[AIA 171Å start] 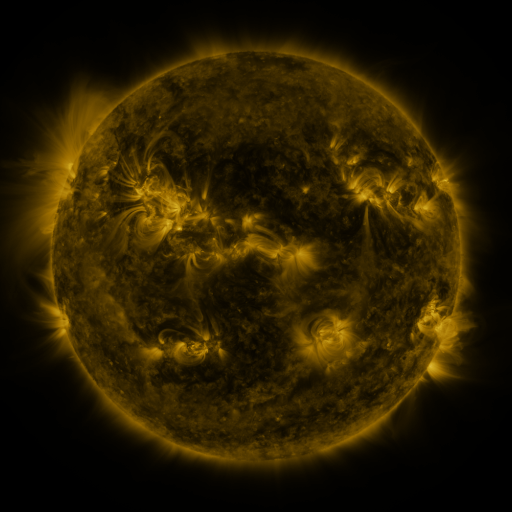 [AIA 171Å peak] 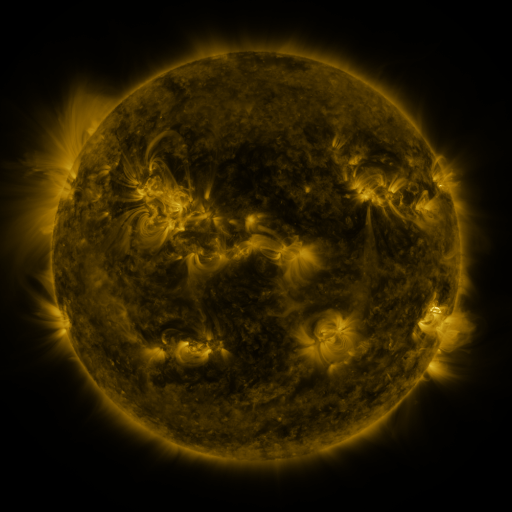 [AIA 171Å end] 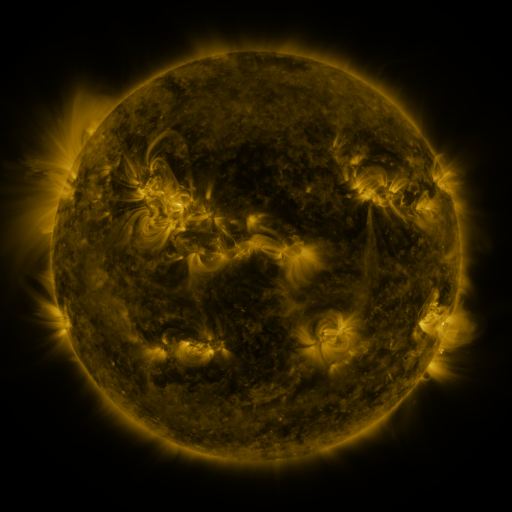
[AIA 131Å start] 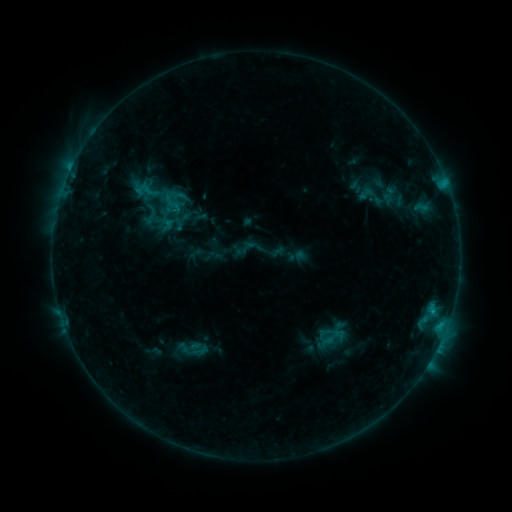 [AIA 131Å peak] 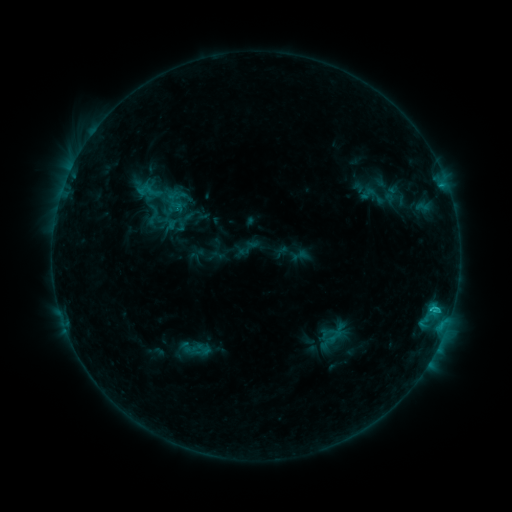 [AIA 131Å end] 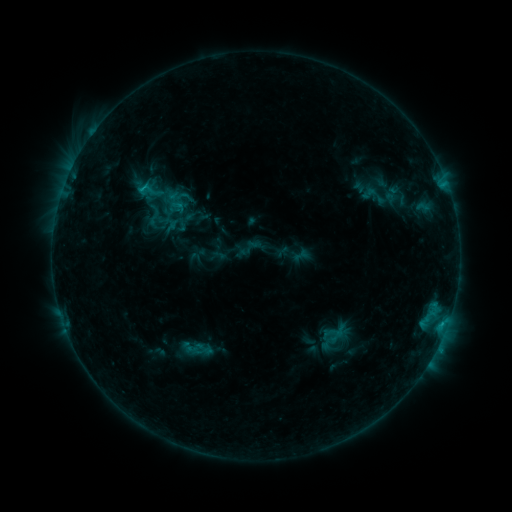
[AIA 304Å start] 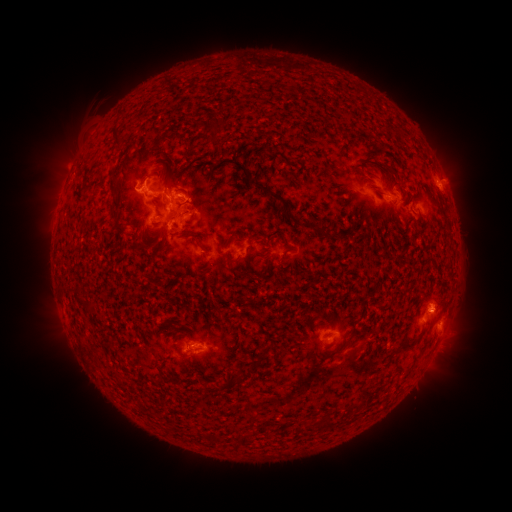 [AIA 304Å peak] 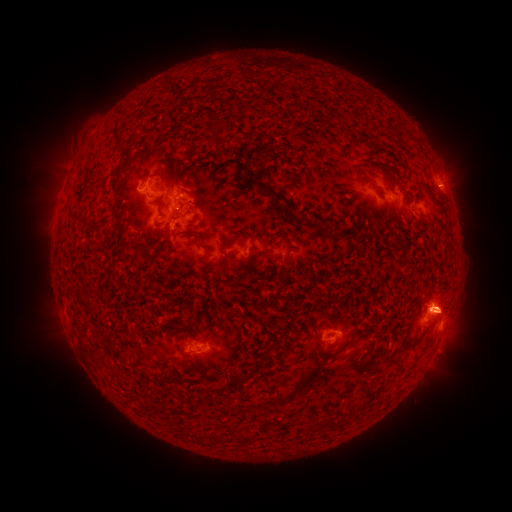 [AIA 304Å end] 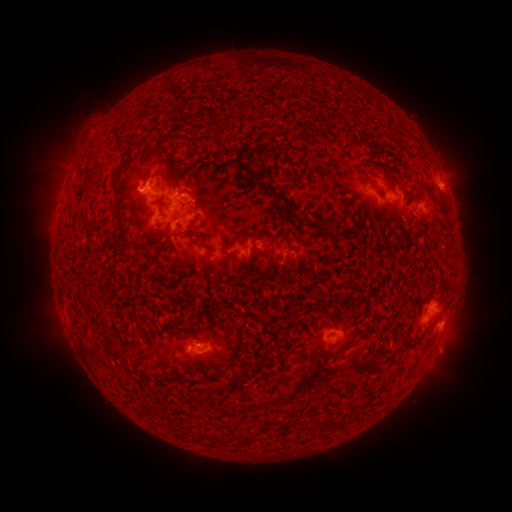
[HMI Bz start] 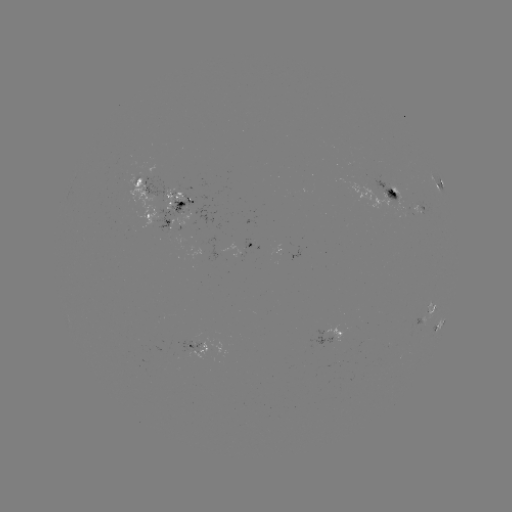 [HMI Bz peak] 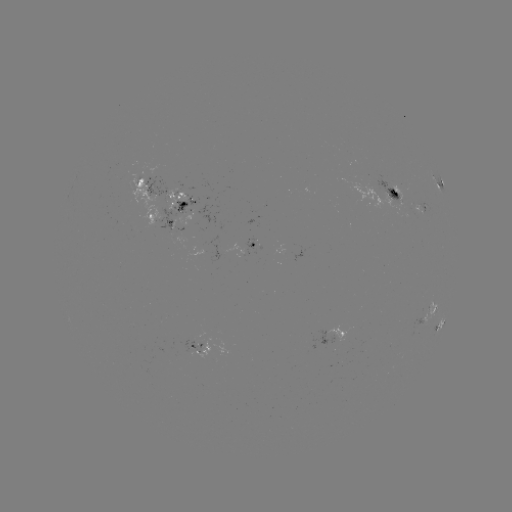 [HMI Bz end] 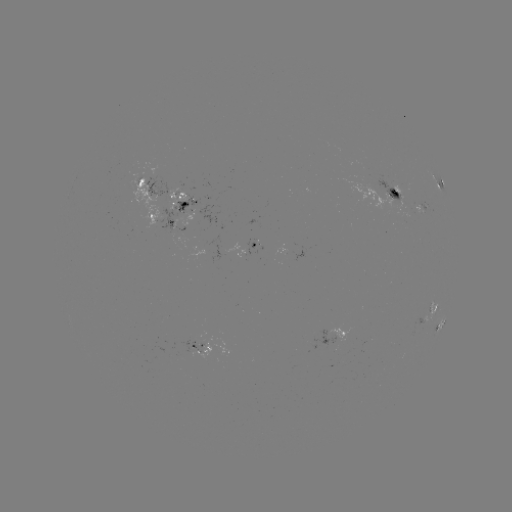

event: emerging-flux region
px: (197, 339)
